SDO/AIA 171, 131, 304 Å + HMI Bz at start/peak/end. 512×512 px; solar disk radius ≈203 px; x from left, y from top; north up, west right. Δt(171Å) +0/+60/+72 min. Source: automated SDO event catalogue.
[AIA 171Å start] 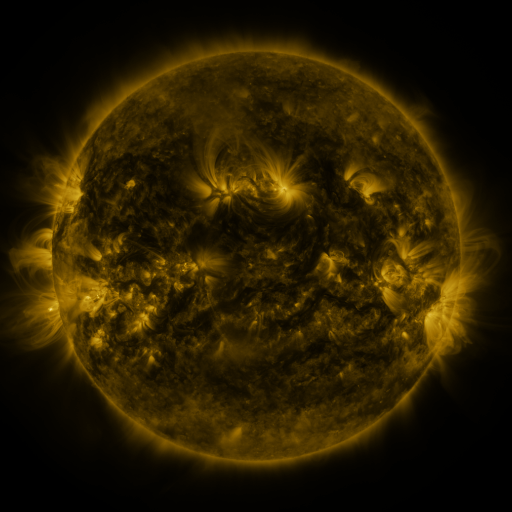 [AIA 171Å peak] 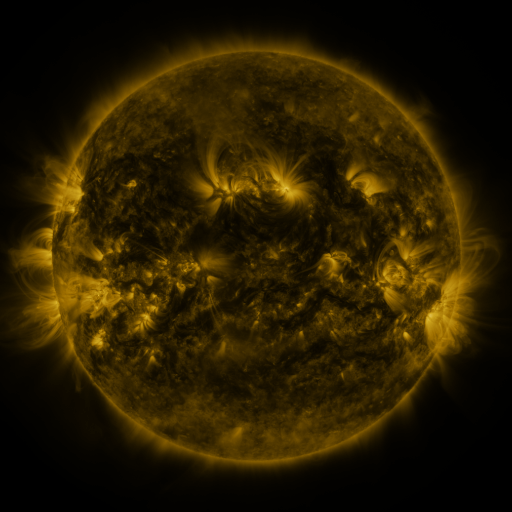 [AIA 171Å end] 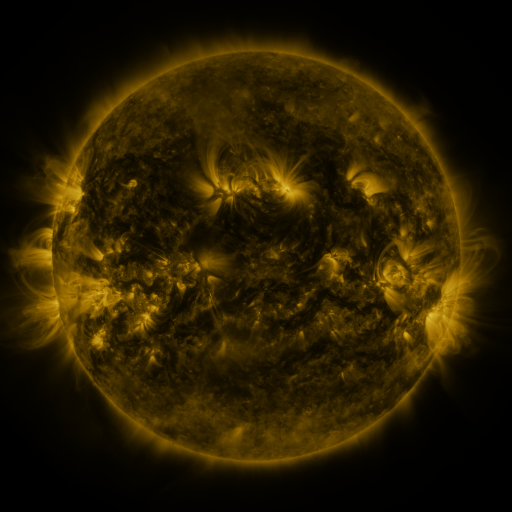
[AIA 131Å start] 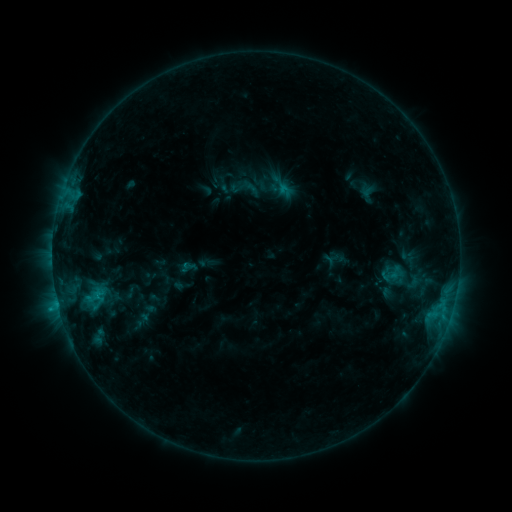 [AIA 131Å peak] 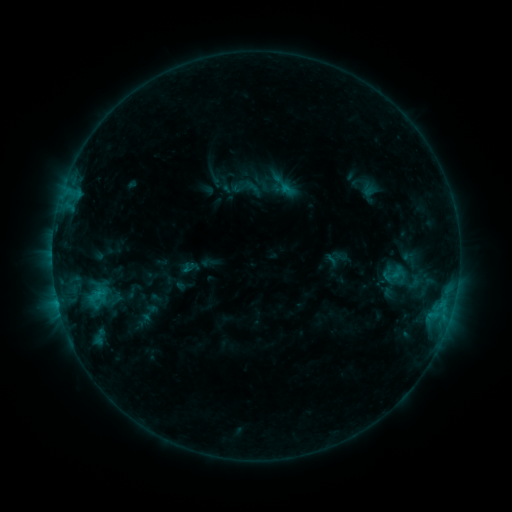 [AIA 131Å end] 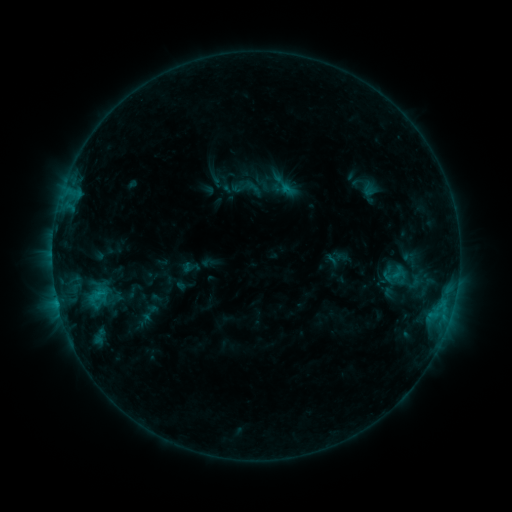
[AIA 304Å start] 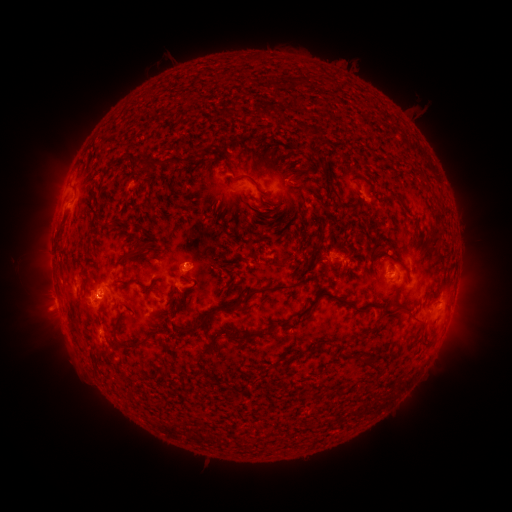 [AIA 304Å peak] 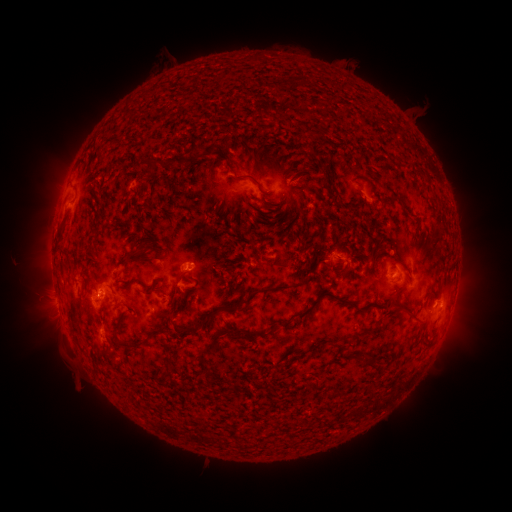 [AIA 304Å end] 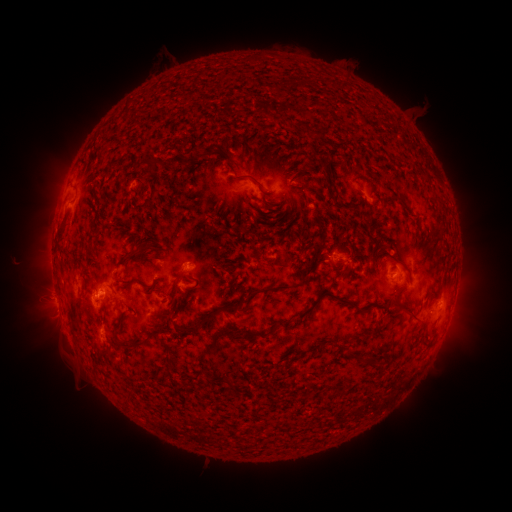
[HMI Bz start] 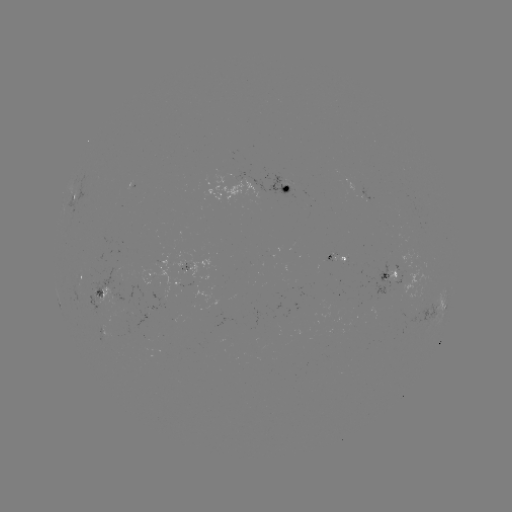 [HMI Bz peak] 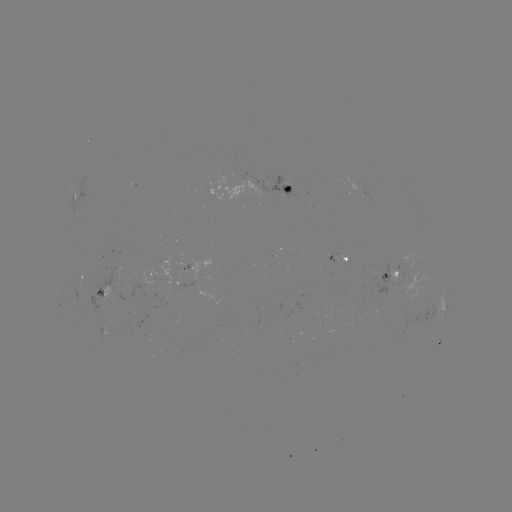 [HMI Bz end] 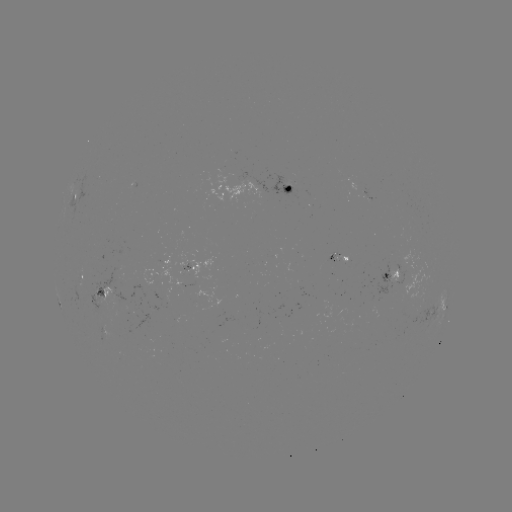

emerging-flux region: <bbox>91, 326, 112, 343</bbox>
